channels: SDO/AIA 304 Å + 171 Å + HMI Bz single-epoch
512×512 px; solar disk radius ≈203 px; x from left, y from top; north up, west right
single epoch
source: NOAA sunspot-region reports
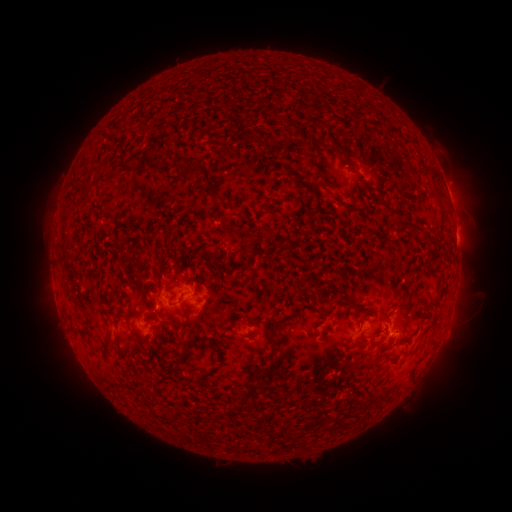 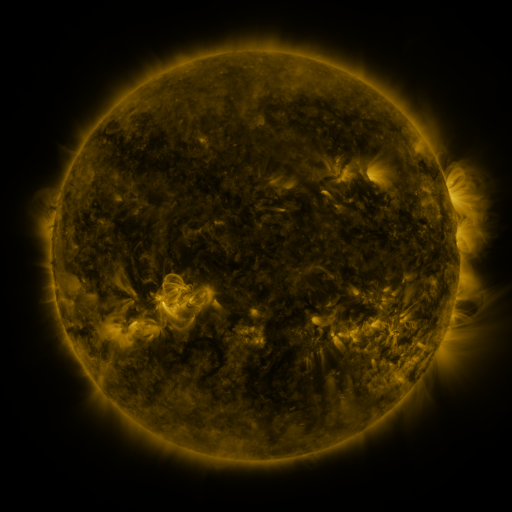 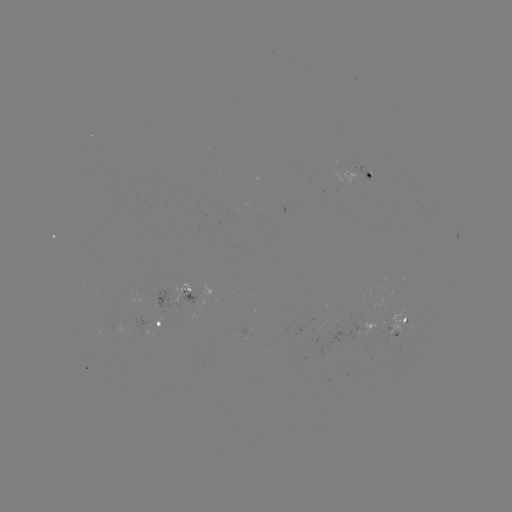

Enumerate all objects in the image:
spotted active region: (369, 173)
spotted active region: (449, 193)
spotted active region: (457, 238)
spotted active region: (183, 296)
spotted active region: (159, 323)
spotted active region: (400, 329)
spotted active region: (365, 333)
